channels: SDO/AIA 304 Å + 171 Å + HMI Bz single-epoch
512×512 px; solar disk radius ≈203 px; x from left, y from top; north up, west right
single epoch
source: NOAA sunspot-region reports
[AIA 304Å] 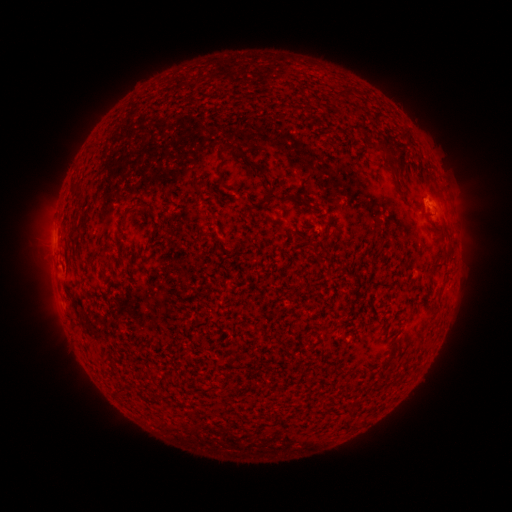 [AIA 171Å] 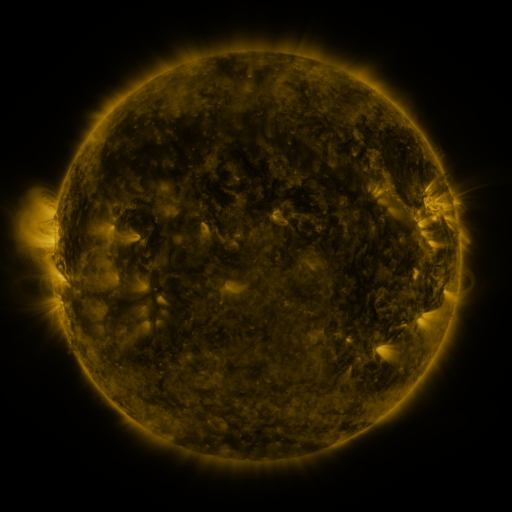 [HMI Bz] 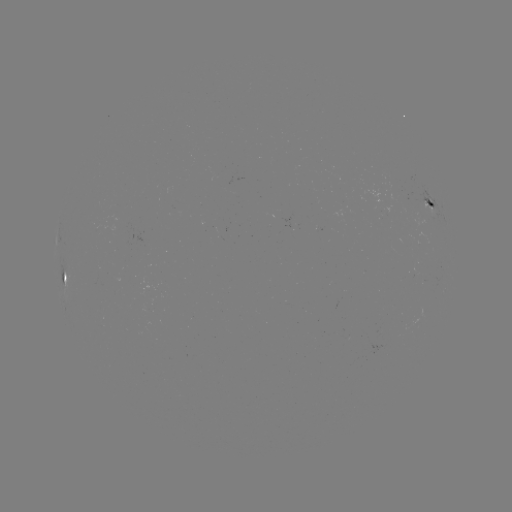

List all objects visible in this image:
spotted active region: (430, 207)
spotted active region: (64, 277)
